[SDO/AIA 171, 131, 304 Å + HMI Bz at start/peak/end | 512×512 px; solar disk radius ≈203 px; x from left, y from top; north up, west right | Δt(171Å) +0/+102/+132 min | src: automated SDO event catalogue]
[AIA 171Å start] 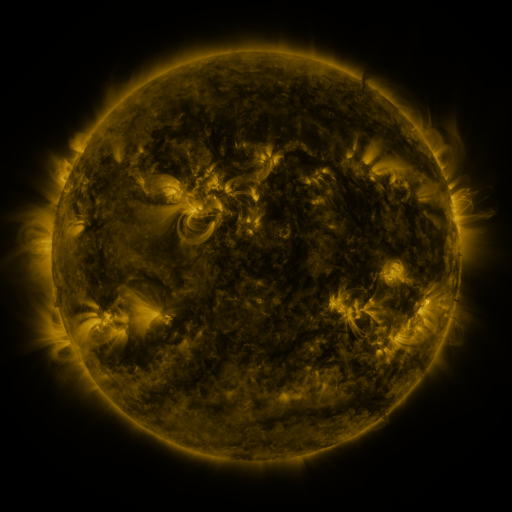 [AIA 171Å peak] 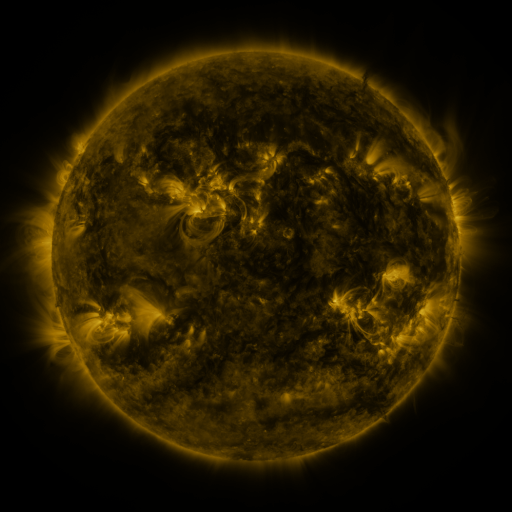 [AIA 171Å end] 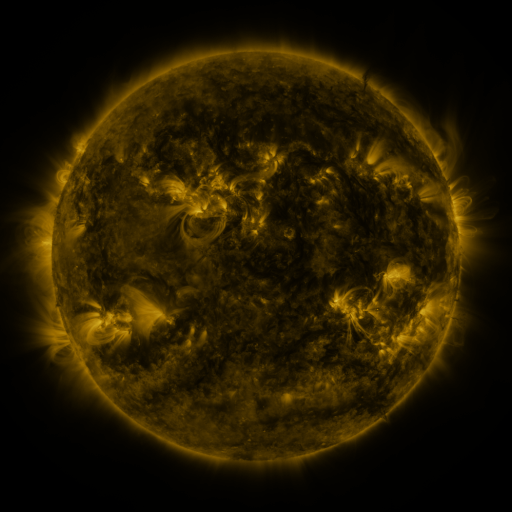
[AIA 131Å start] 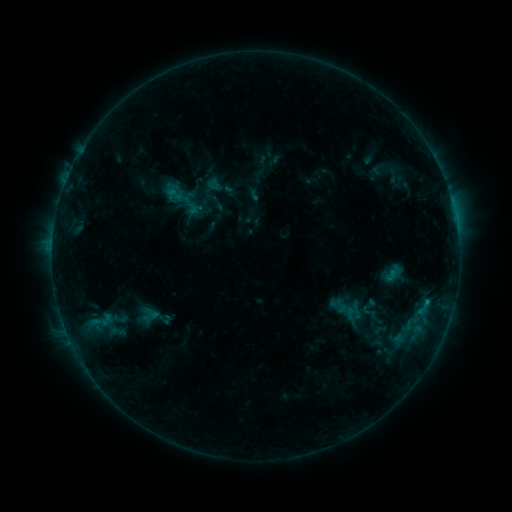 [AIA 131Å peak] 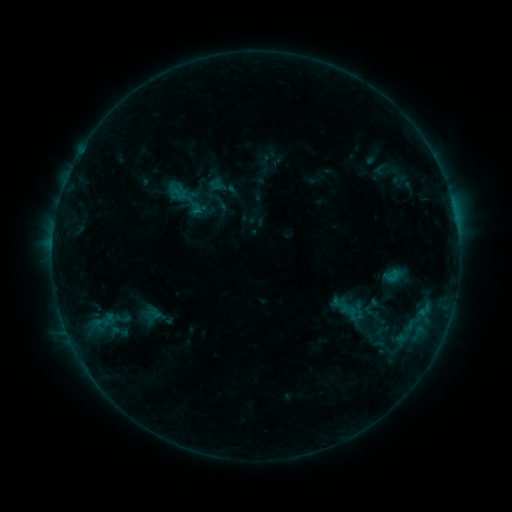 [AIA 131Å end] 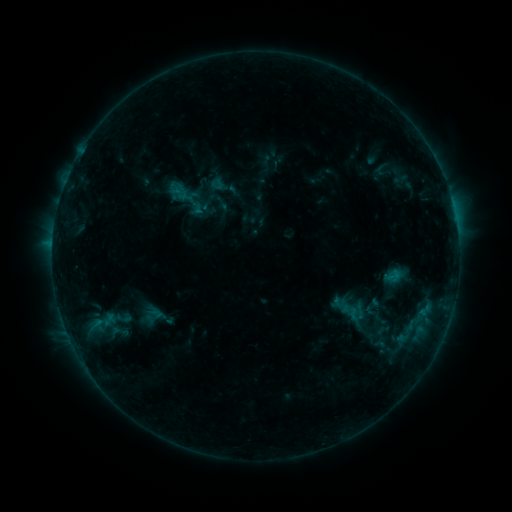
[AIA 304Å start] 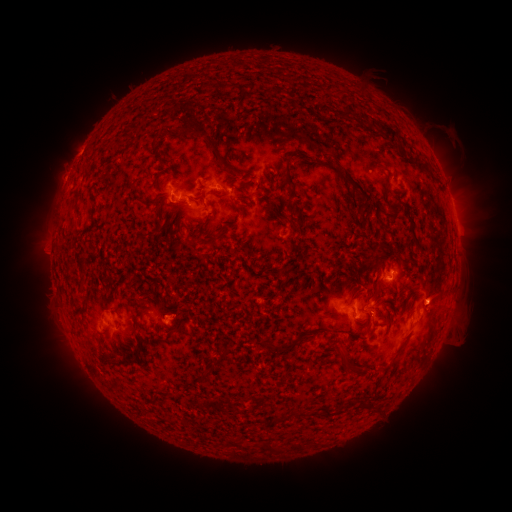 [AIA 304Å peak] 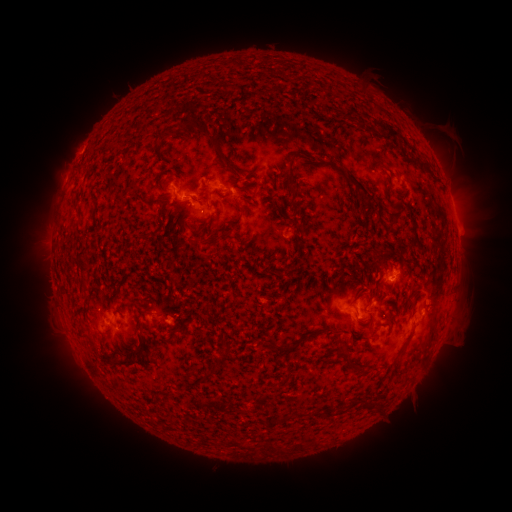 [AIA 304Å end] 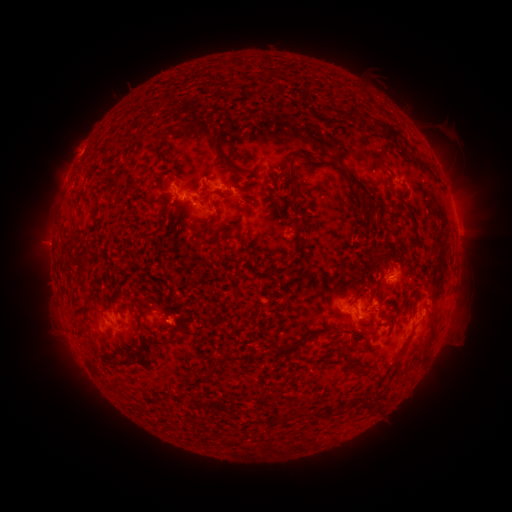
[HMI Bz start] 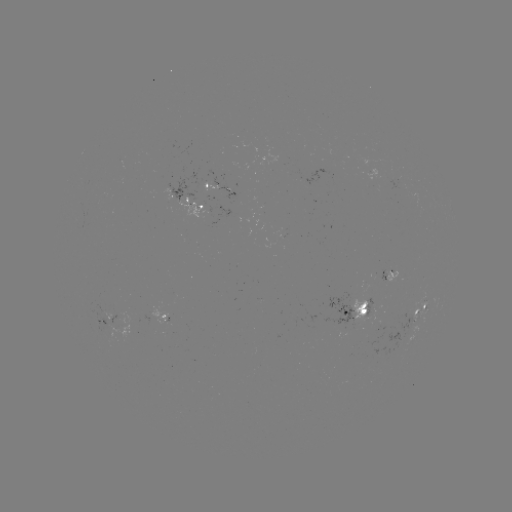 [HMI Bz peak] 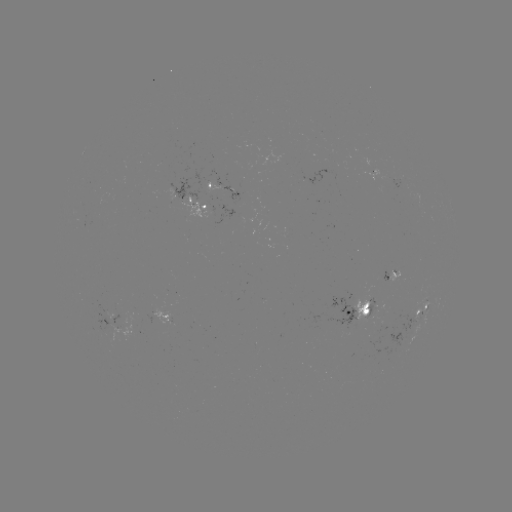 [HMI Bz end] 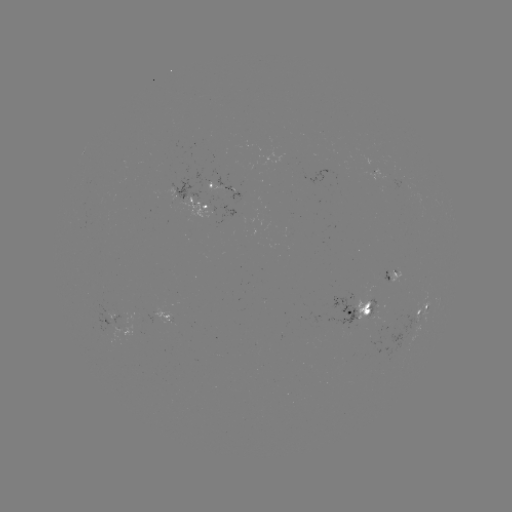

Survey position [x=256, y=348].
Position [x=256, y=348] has emerging-flux region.